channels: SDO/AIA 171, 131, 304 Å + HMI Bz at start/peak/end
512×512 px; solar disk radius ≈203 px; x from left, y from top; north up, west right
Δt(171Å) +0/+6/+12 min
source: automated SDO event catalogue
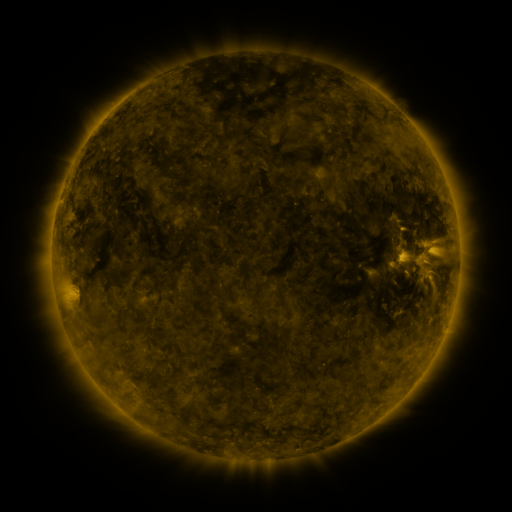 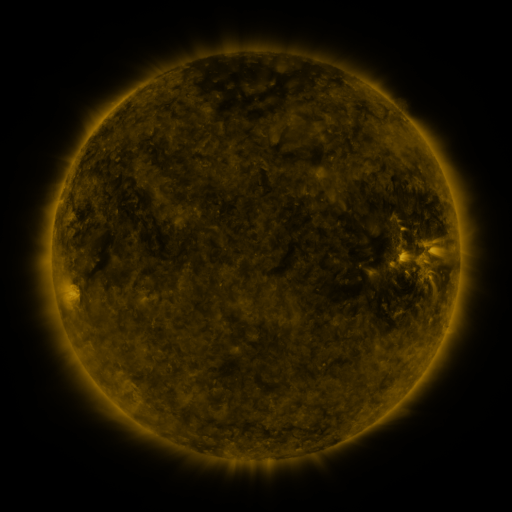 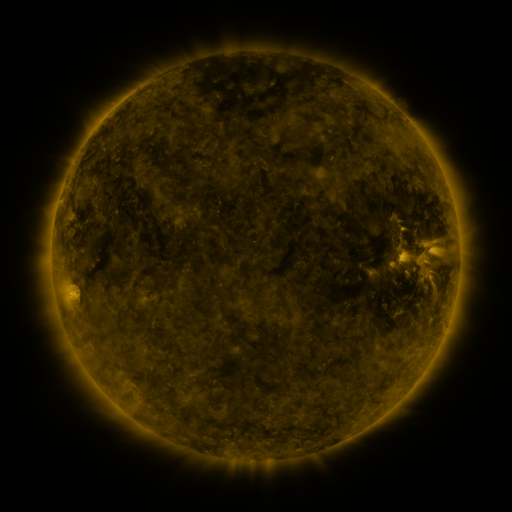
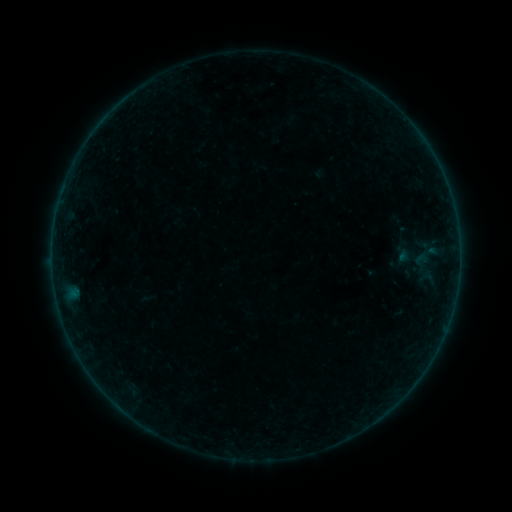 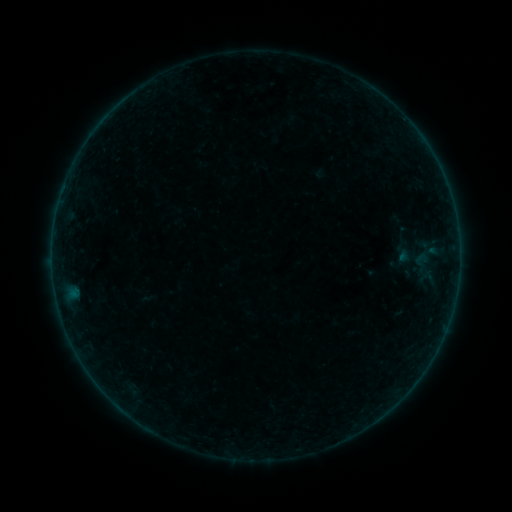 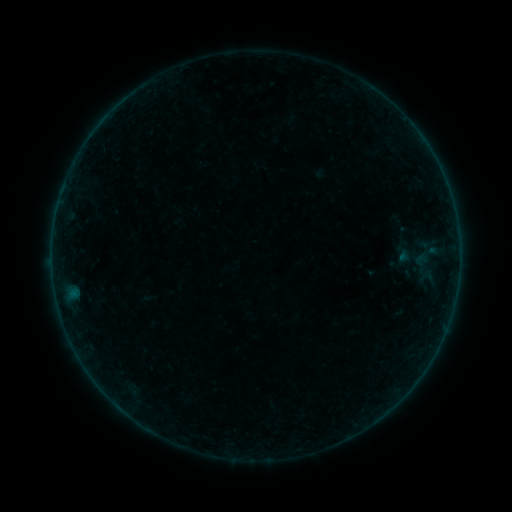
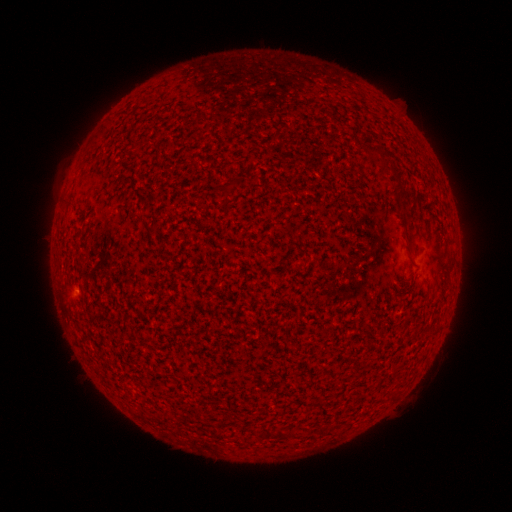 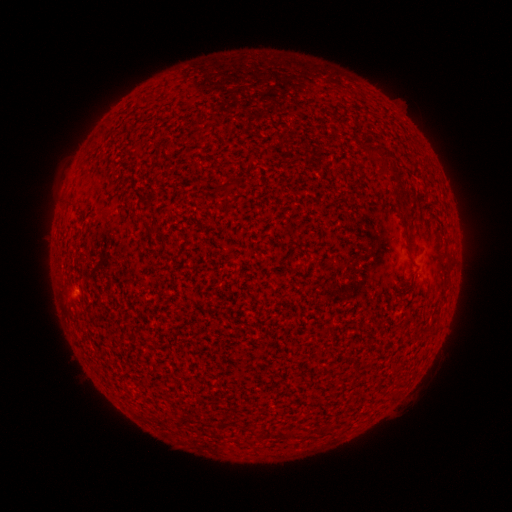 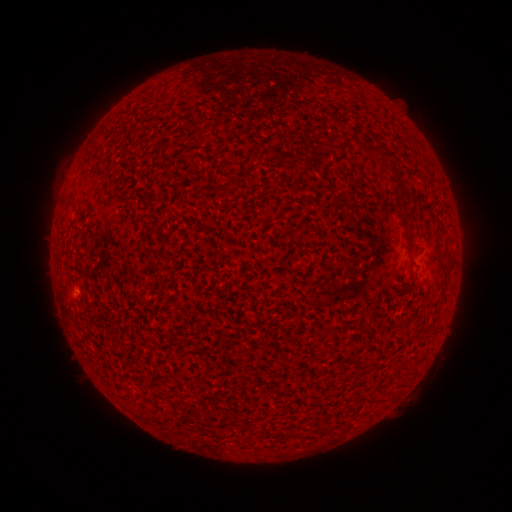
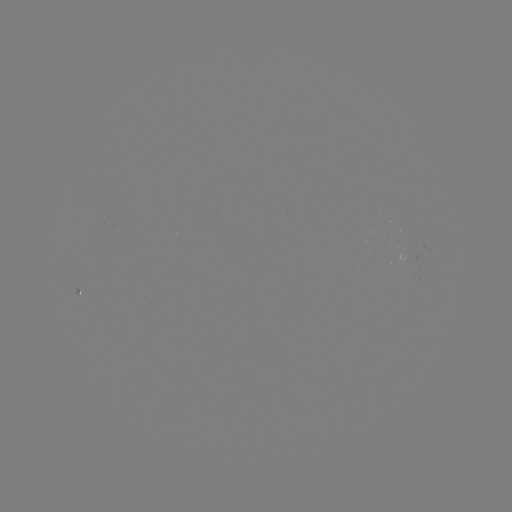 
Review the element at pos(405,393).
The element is A1.0 flare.